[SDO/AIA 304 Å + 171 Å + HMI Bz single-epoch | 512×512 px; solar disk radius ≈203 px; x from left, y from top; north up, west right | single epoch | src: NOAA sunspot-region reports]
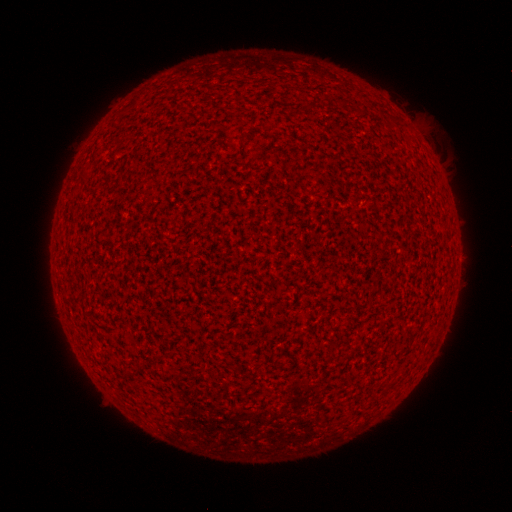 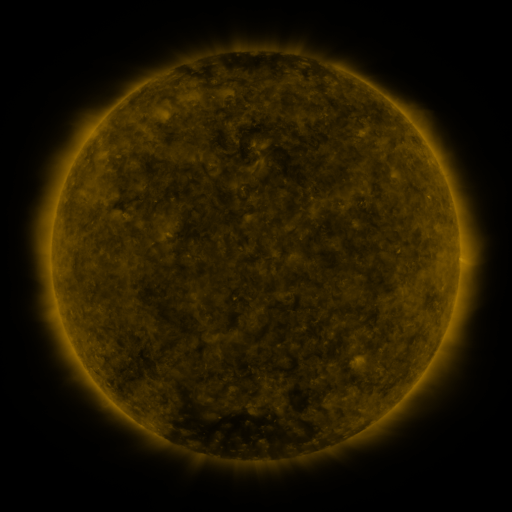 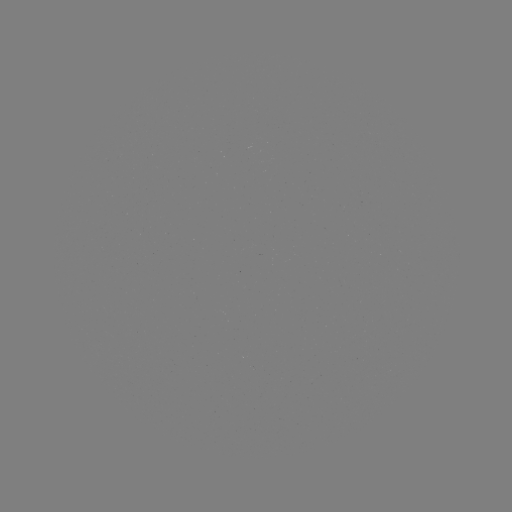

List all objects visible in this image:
(none)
